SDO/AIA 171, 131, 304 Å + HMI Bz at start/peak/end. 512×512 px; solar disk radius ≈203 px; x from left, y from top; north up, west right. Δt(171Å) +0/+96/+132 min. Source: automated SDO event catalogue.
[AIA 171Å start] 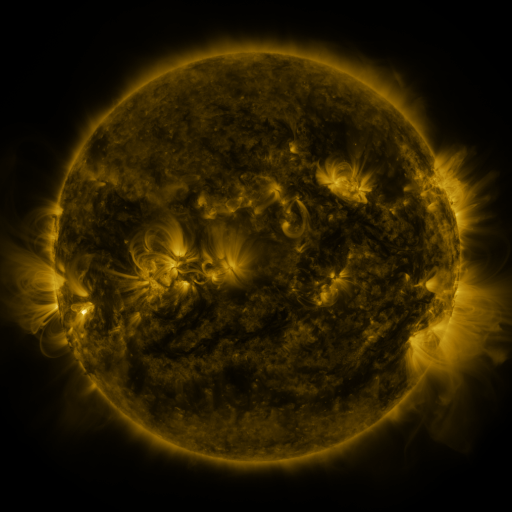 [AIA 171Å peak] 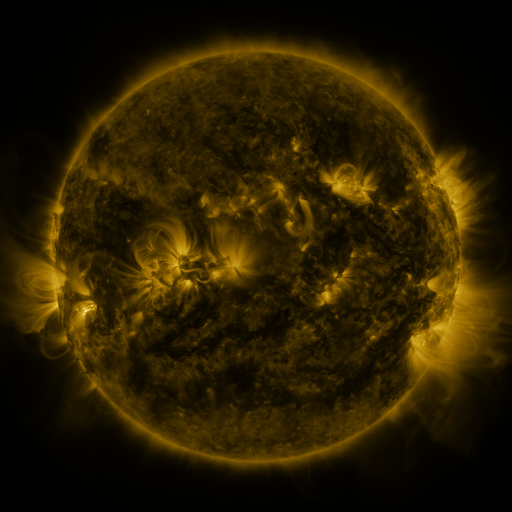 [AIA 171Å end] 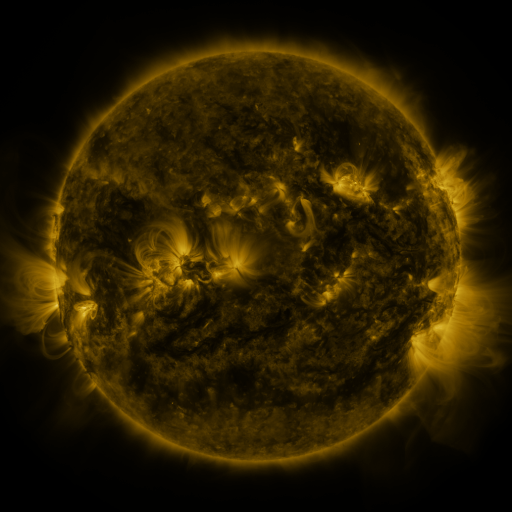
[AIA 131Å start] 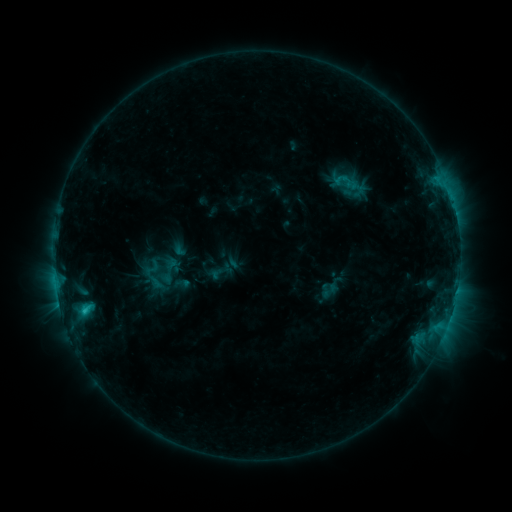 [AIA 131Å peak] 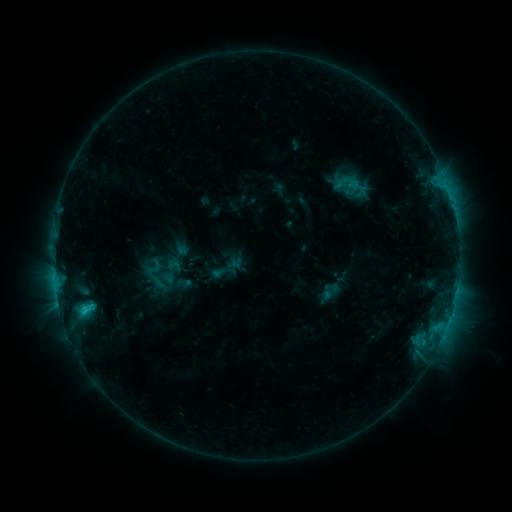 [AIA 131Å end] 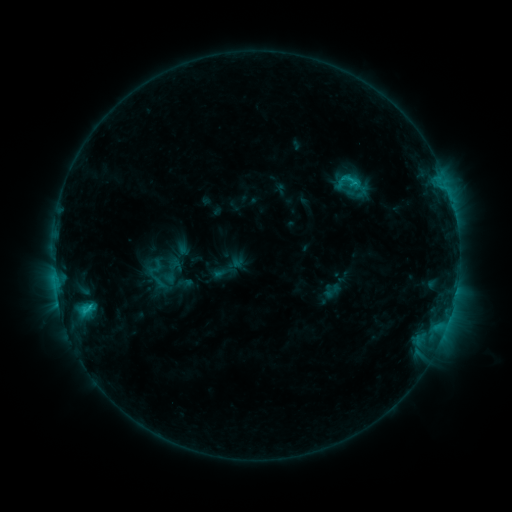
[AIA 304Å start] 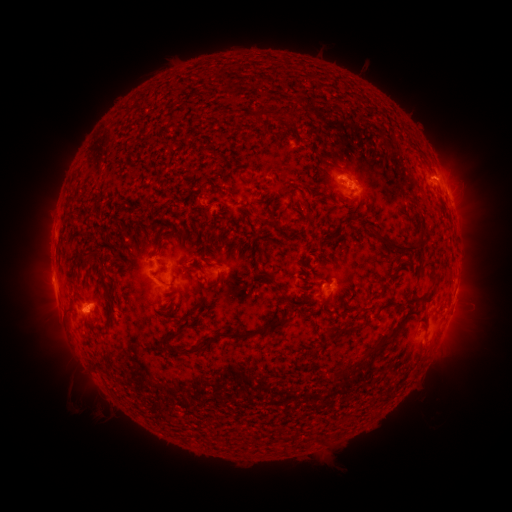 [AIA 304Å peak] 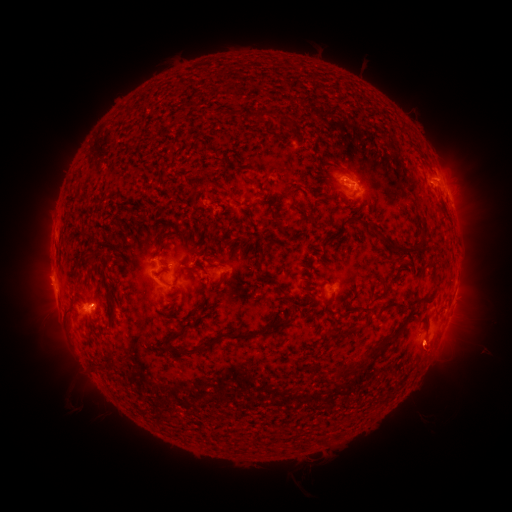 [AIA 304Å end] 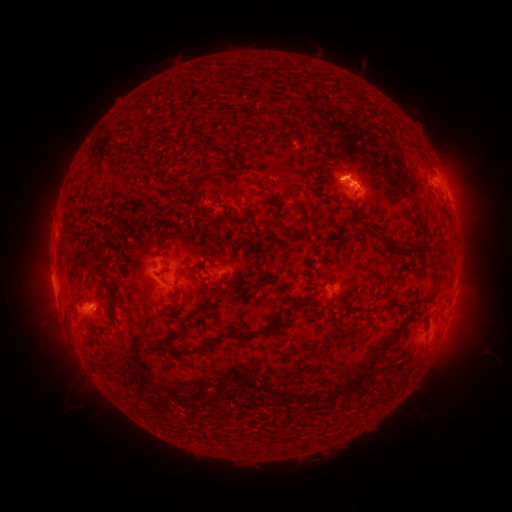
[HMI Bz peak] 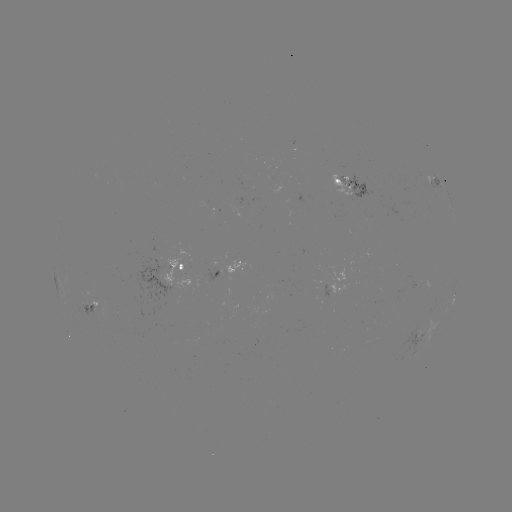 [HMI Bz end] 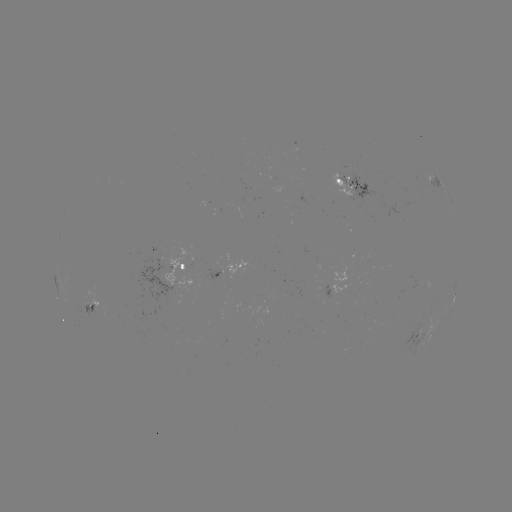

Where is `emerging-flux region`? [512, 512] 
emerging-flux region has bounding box [333, 167, 380, 205].